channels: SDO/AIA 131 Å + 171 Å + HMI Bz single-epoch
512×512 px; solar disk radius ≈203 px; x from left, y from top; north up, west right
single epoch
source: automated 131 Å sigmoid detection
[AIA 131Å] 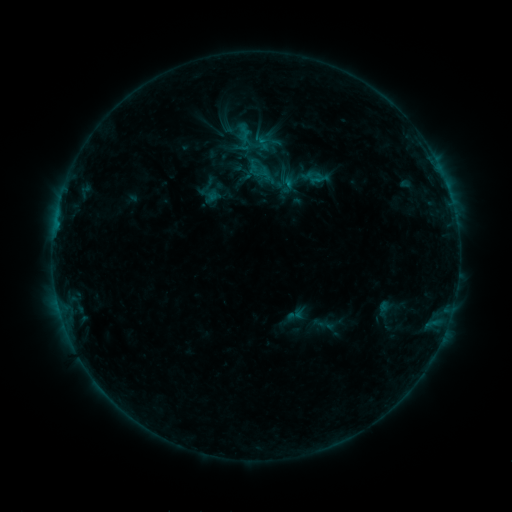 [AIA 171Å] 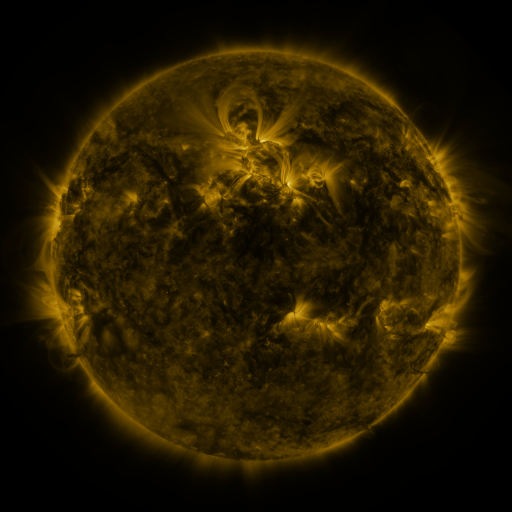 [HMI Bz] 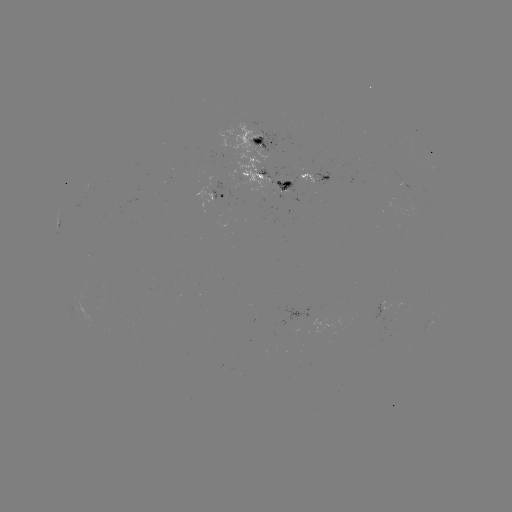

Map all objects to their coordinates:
sigmoid: (233, 119, 281, 163)
sigmoid: (288, 306, 303, 322)
